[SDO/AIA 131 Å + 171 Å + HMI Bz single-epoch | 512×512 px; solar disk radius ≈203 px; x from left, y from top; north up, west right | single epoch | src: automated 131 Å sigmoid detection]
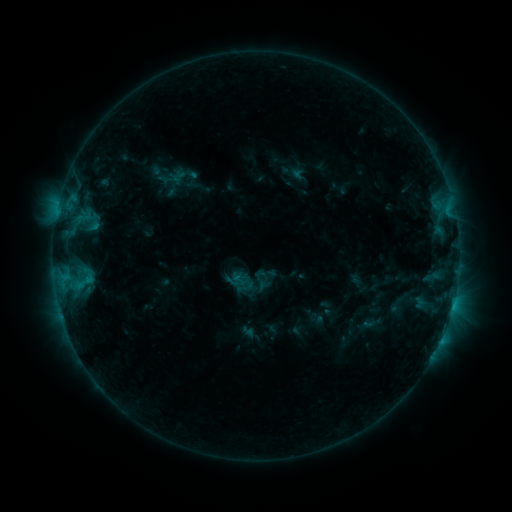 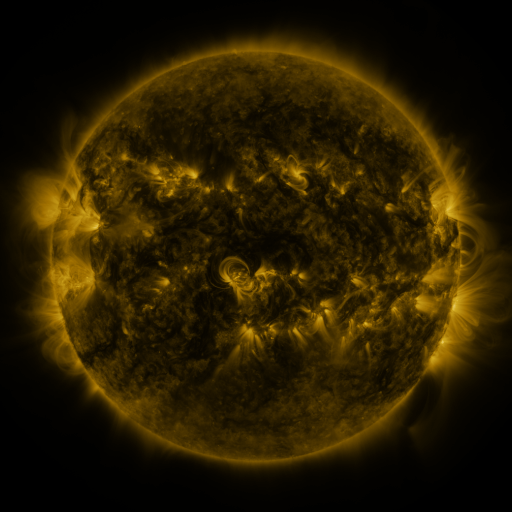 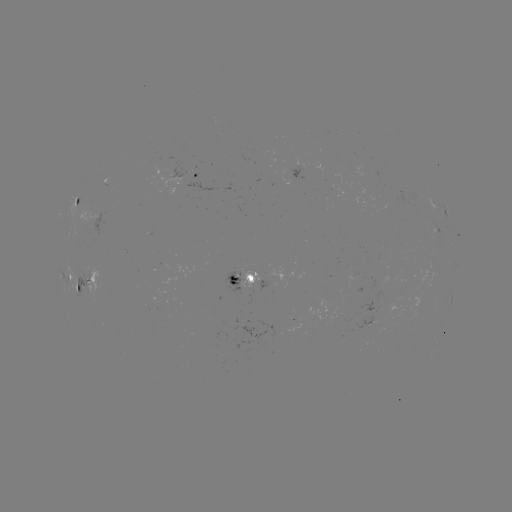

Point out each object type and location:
sigmoid: (174, 176)
sigmoid: (260, 281)
